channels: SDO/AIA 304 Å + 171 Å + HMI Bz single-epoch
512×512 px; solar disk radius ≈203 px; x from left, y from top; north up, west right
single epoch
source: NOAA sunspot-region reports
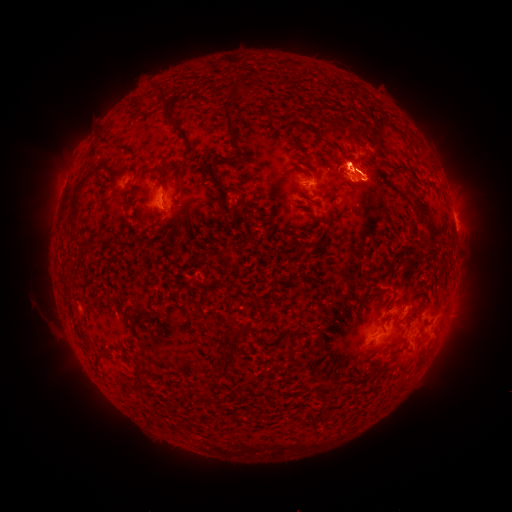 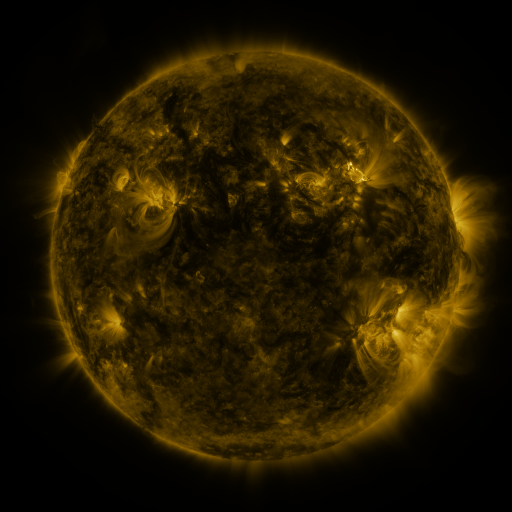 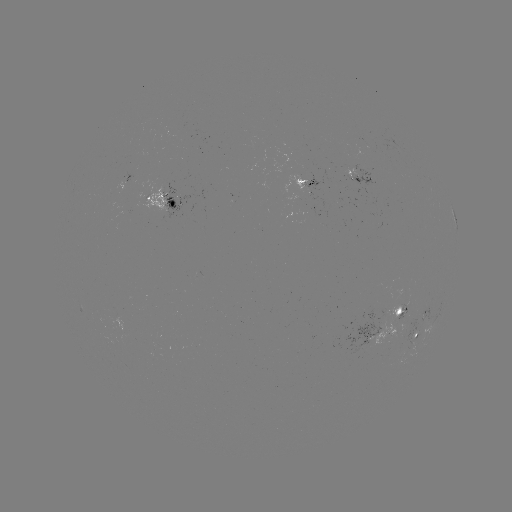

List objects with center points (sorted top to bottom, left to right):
spotted active region: (358, 179)
spotted active region: (126, 183)
spotted active region: (309, 184)
spotted active region: (162, 199)
spotted active region: (456, 226)
spotted active region: (390, 320)
spotted active region: (416, 339)
